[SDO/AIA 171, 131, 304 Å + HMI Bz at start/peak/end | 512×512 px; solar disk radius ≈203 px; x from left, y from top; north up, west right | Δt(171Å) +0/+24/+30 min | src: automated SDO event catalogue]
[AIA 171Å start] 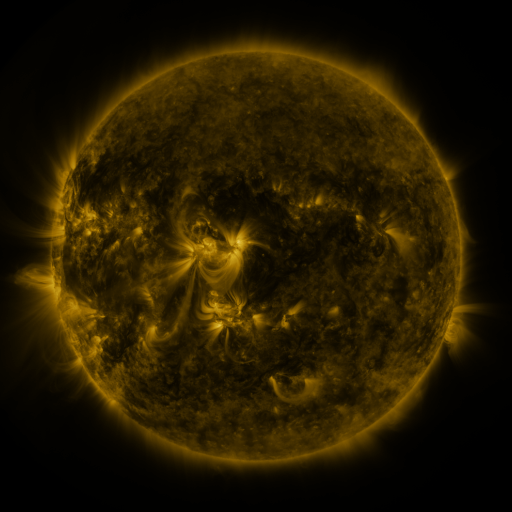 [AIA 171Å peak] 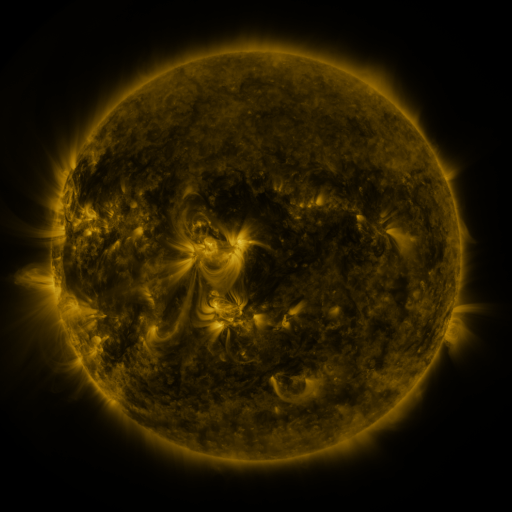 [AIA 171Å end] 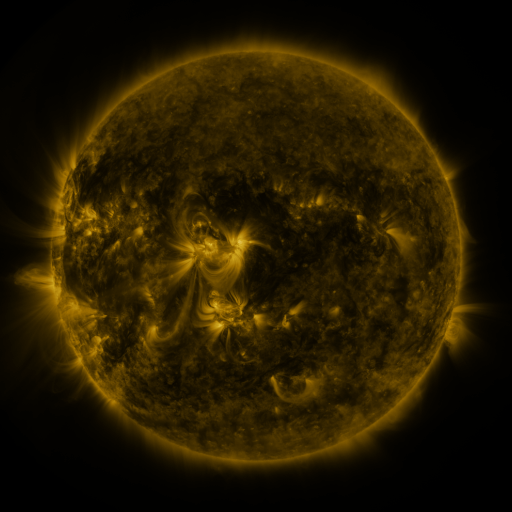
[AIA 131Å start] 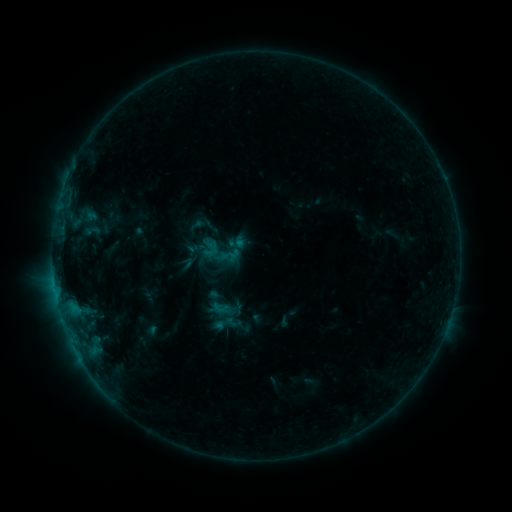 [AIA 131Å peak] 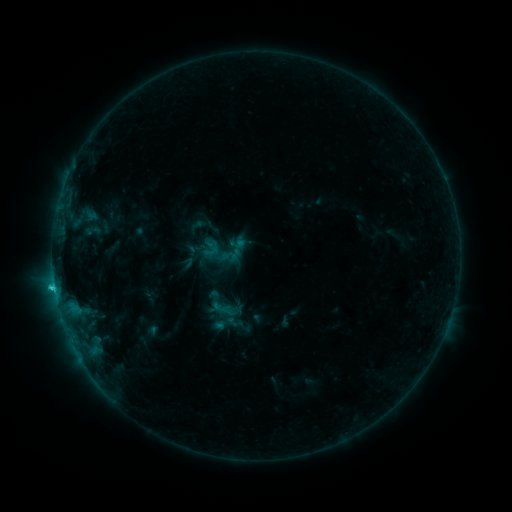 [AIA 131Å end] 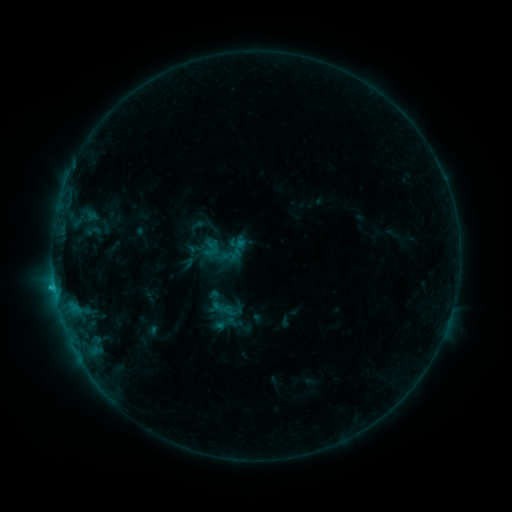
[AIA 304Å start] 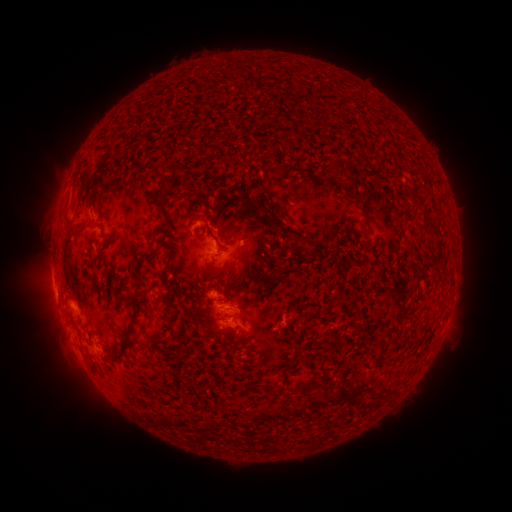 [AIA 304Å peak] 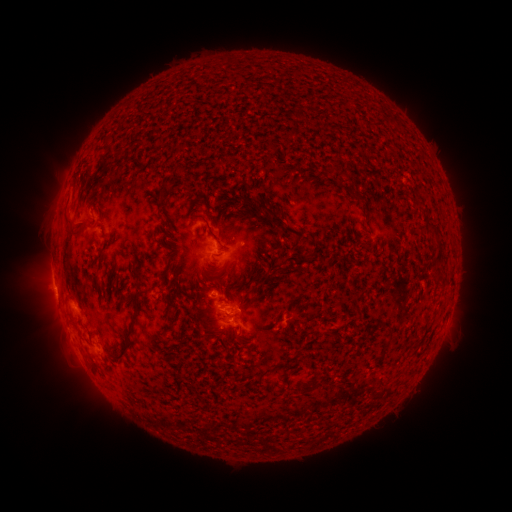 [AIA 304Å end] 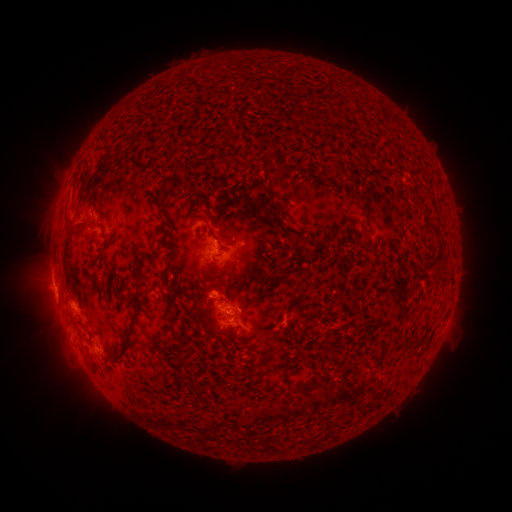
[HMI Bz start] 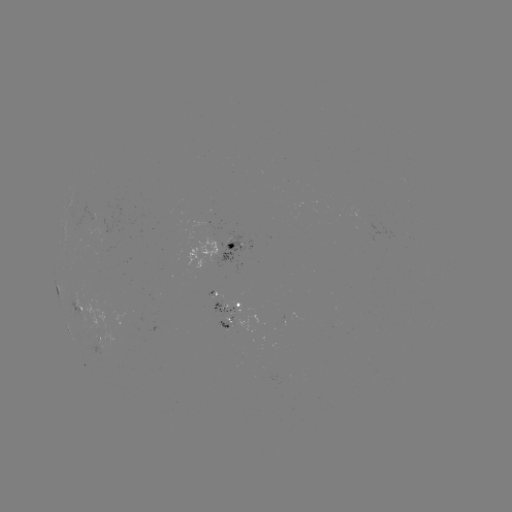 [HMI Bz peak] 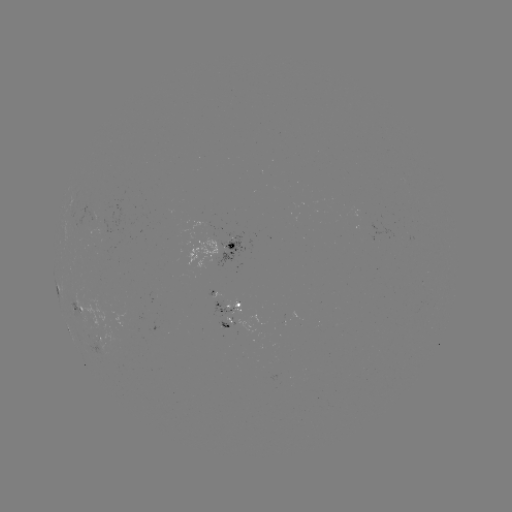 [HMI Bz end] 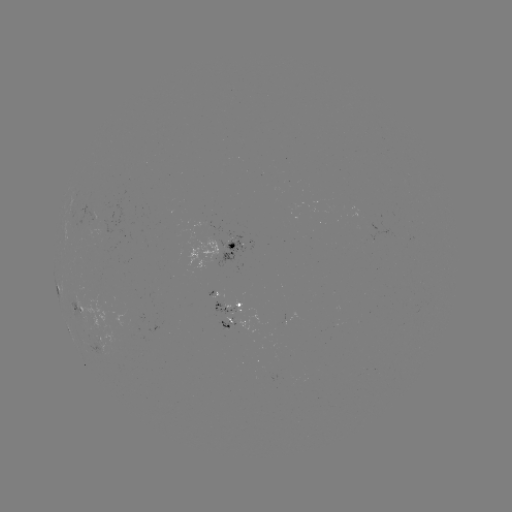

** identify C1.2 flare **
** [54, 284] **